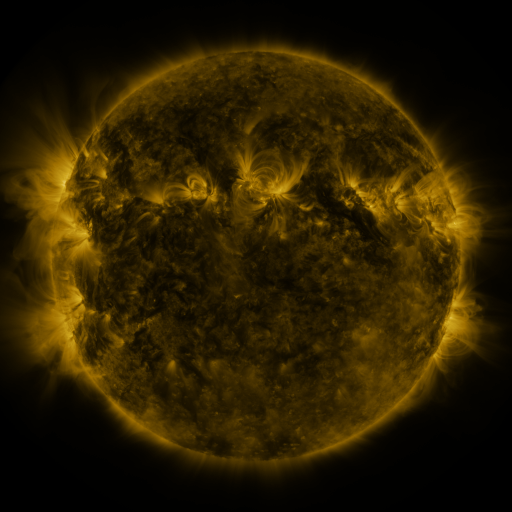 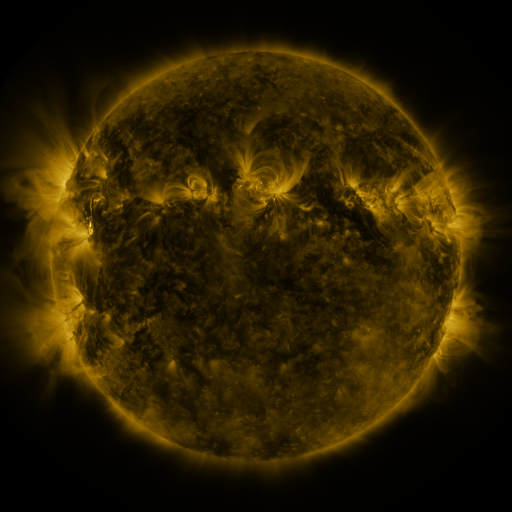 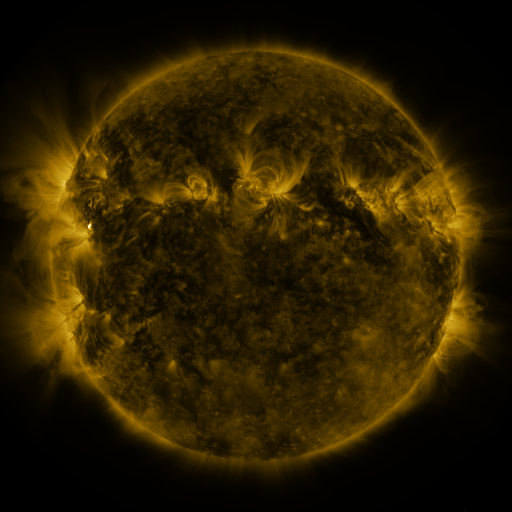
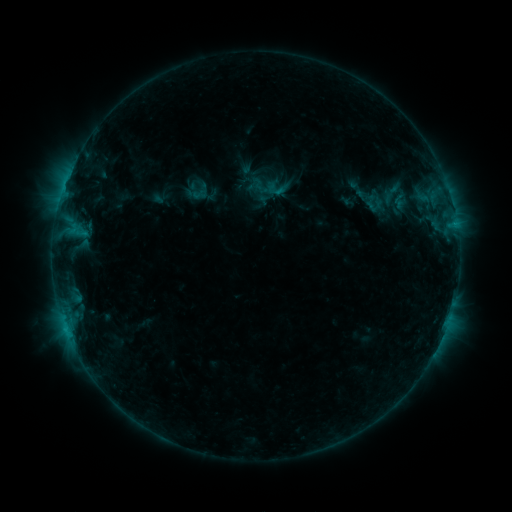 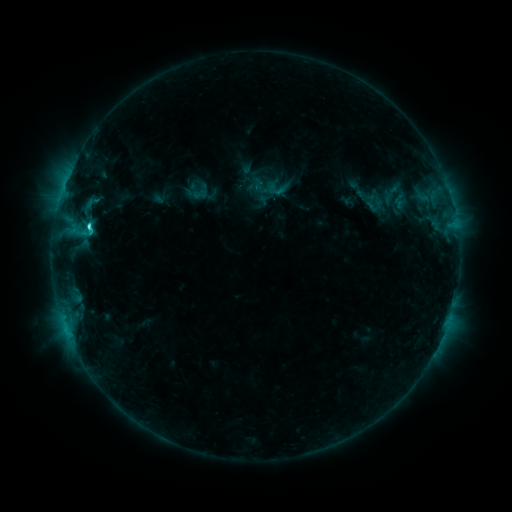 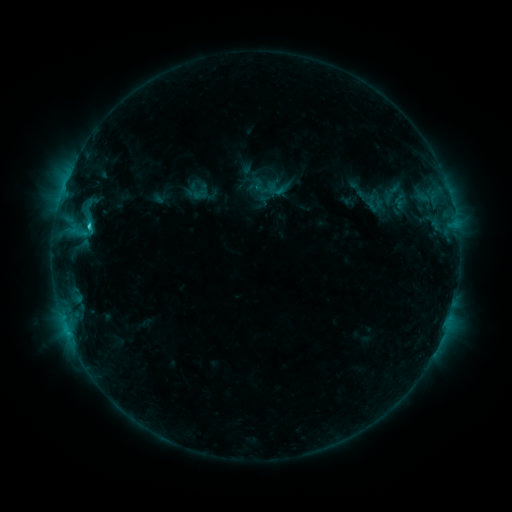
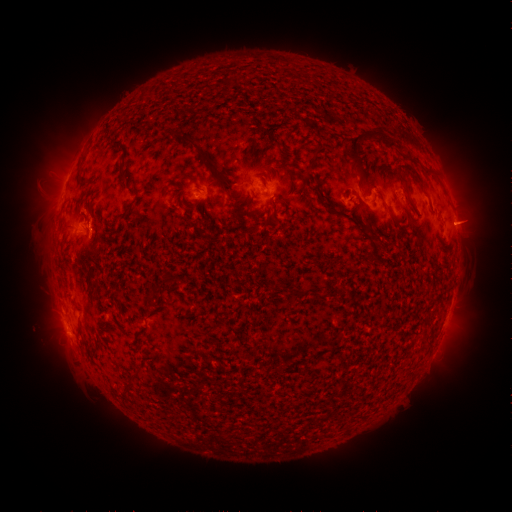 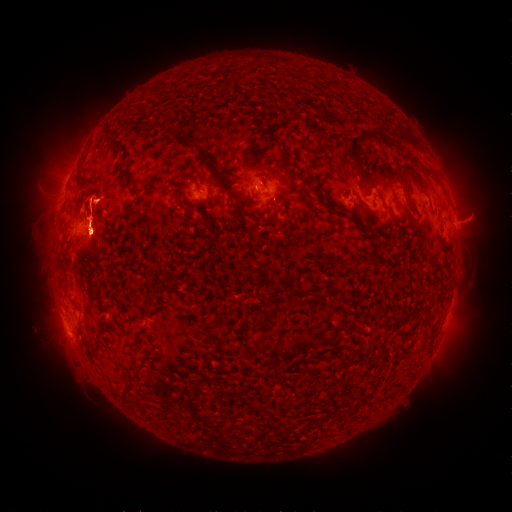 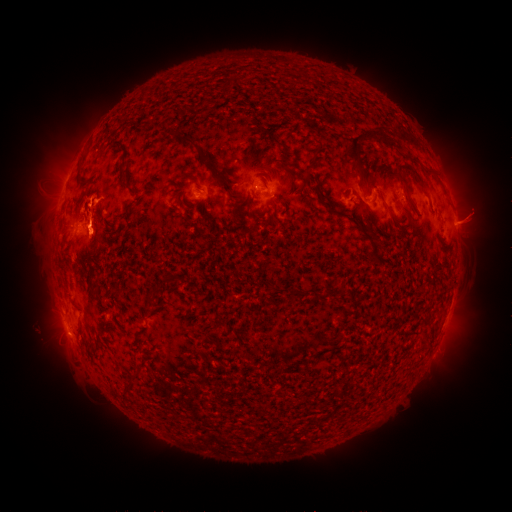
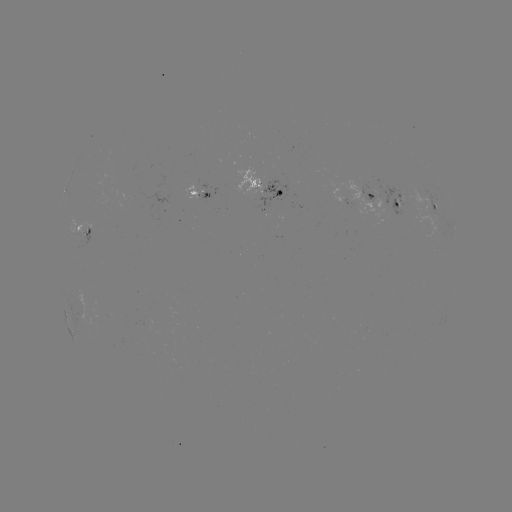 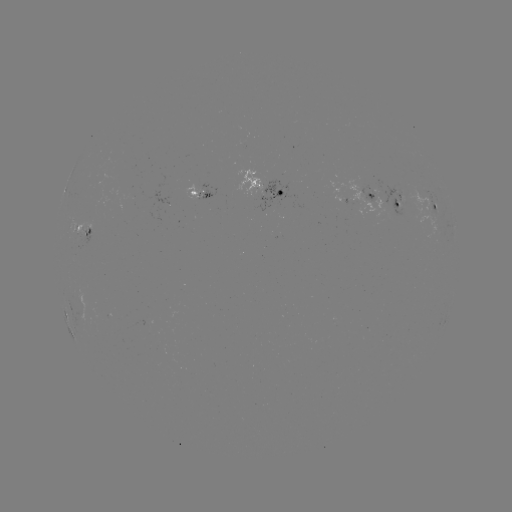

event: flare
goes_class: C2.5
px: (90, 229)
